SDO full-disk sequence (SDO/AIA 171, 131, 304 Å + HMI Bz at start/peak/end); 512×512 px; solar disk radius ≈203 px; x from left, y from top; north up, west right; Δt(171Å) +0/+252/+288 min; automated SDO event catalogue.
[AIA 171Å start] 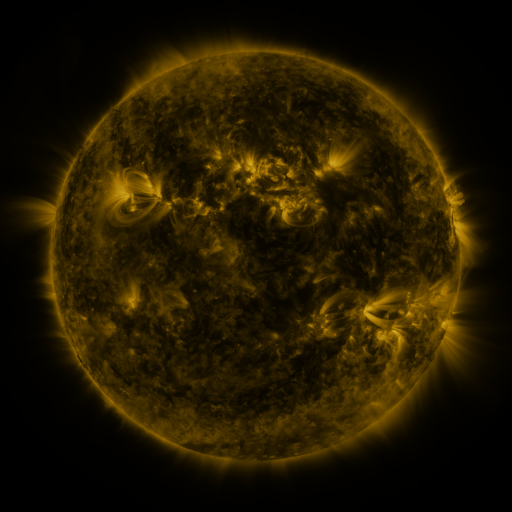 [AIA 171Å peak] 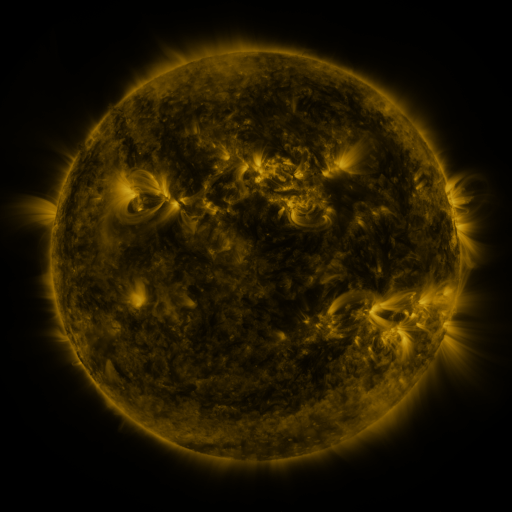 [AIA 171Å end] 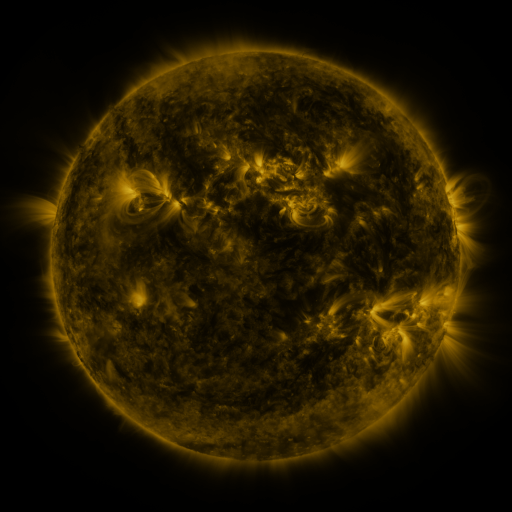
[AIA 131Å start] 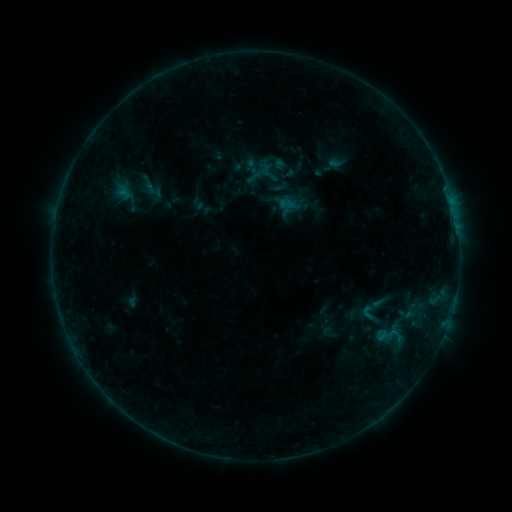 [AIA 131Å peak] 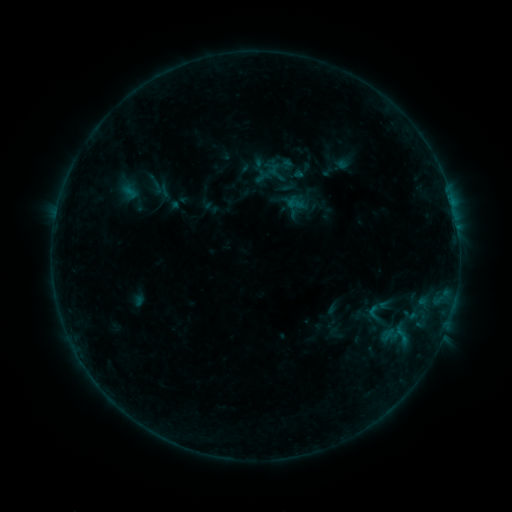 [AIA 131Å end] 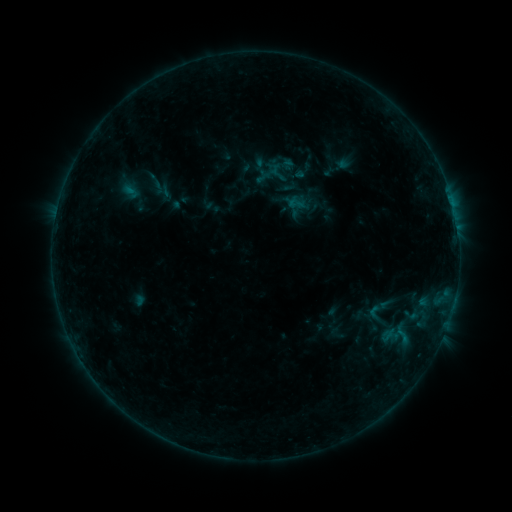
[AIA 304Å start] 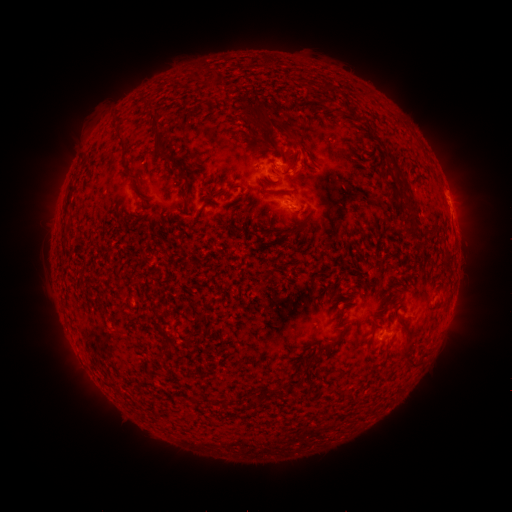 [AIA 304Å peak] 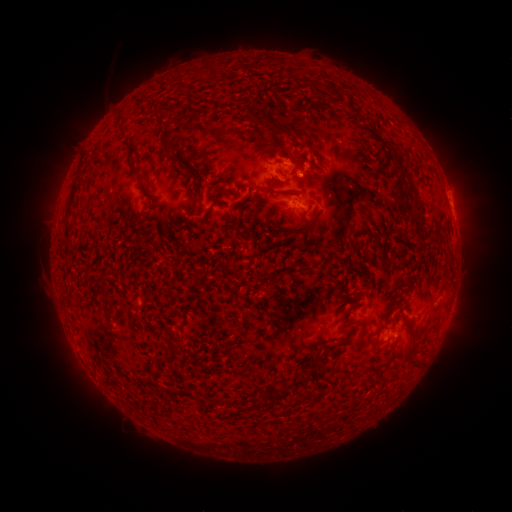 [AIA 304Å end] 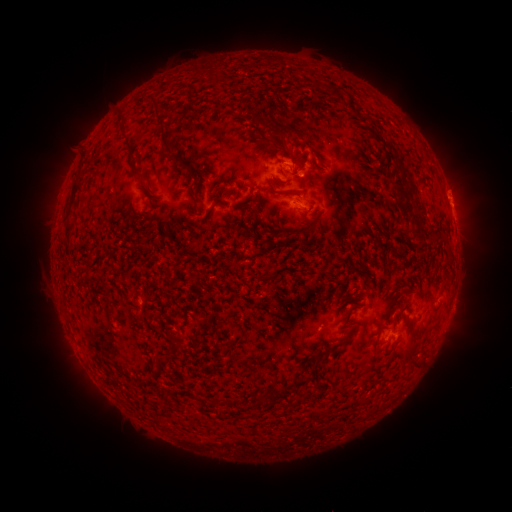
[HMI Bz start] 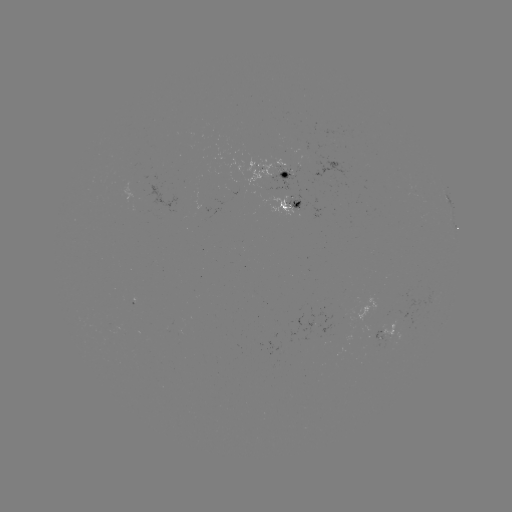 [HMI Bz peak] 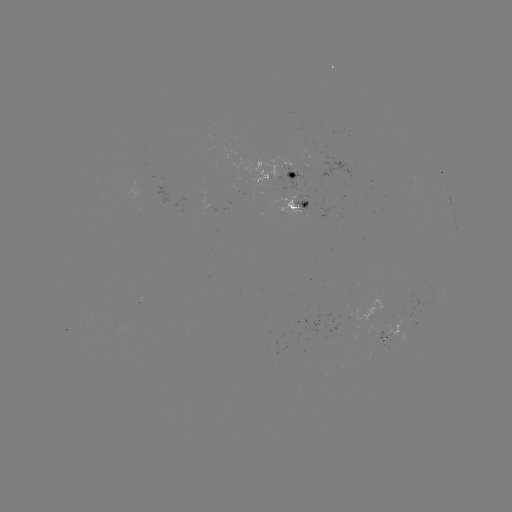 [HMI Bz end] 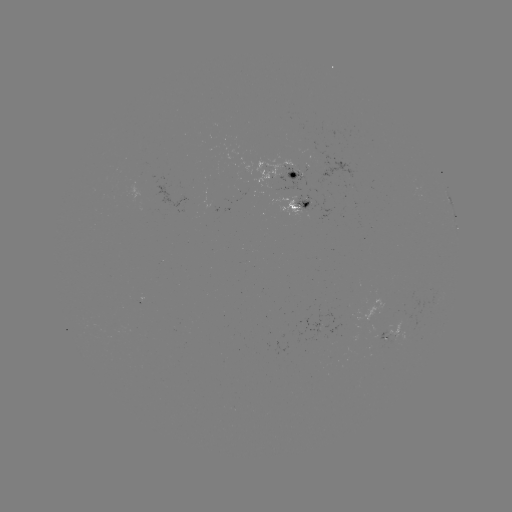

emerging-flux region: (290, 167, 302, 178)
